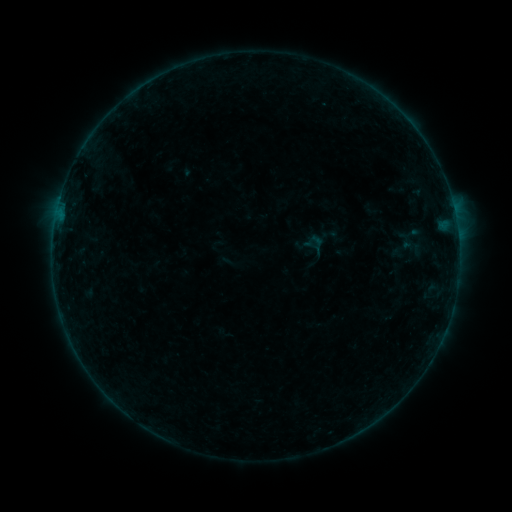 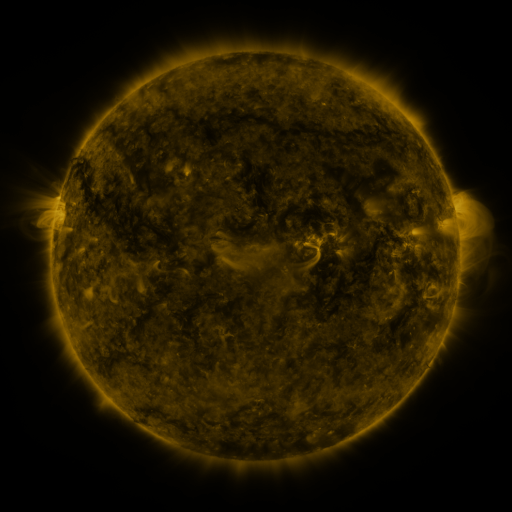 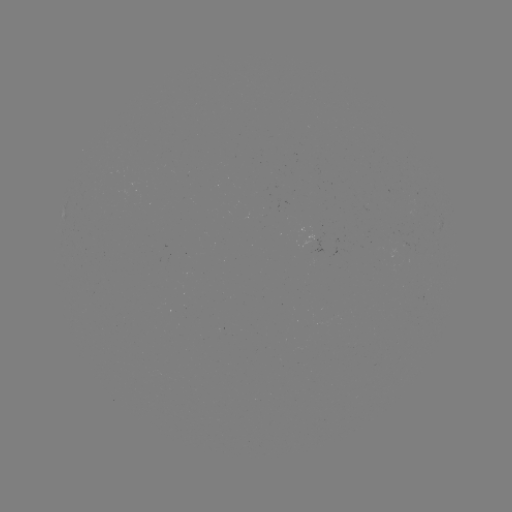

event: sigmoid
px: (410, 234)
